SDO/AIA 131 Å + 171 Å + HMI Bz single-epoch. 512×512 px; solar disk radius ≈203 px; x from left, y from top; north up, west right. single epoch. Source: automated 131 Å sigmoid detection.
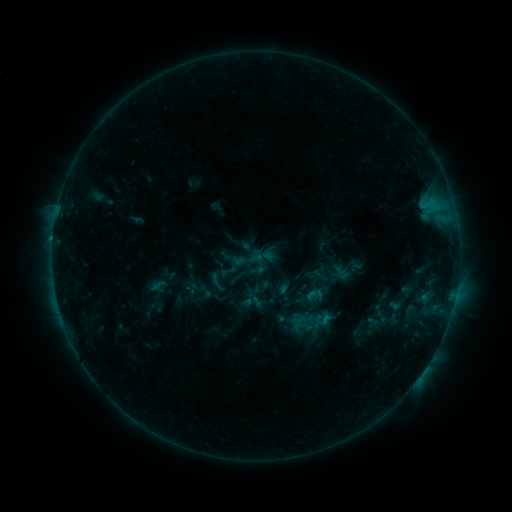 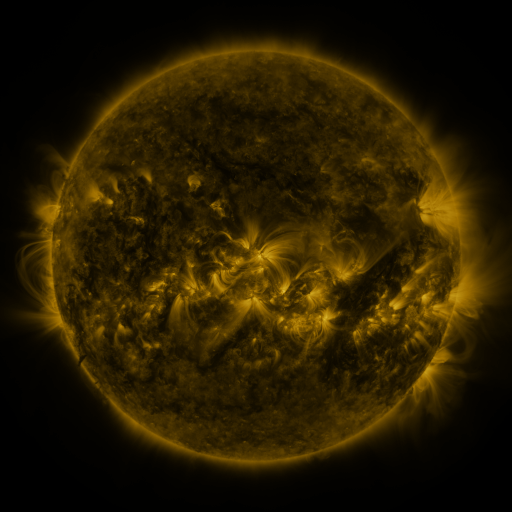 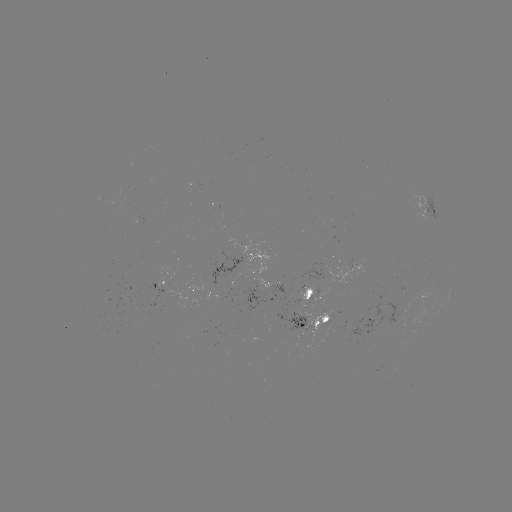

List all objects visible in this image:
sigmoid: (249, 259)
sigmoid: (314, 295)
